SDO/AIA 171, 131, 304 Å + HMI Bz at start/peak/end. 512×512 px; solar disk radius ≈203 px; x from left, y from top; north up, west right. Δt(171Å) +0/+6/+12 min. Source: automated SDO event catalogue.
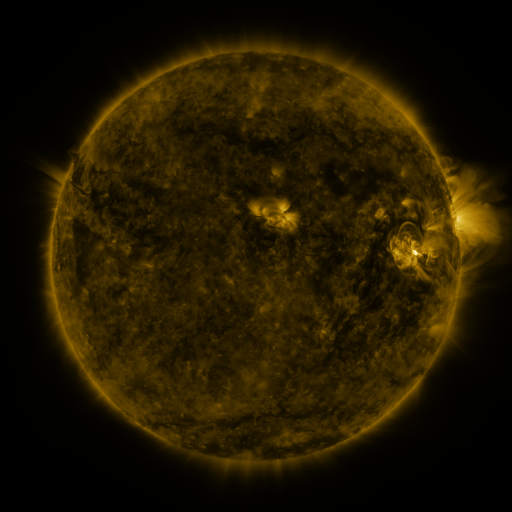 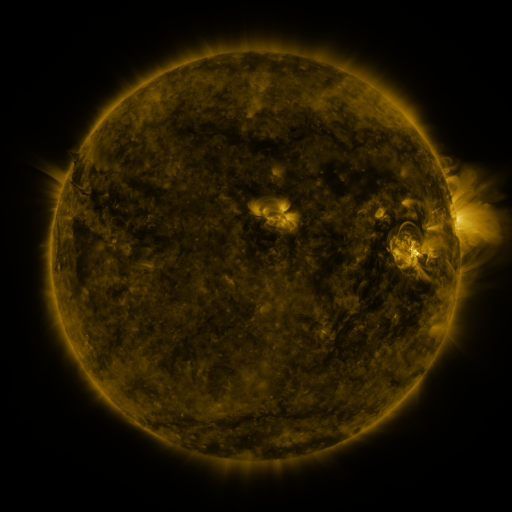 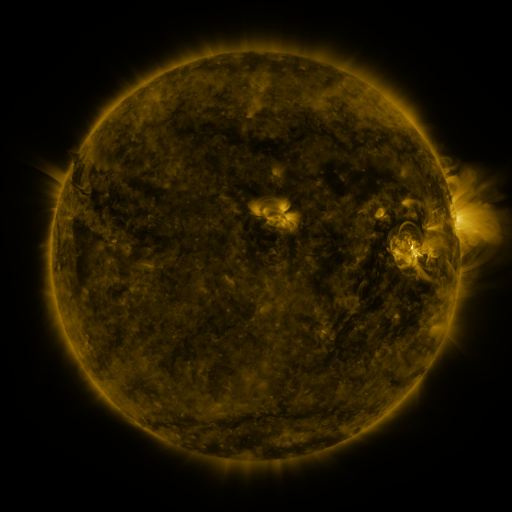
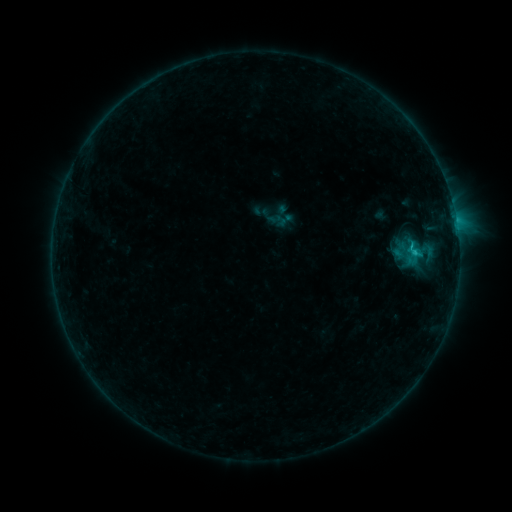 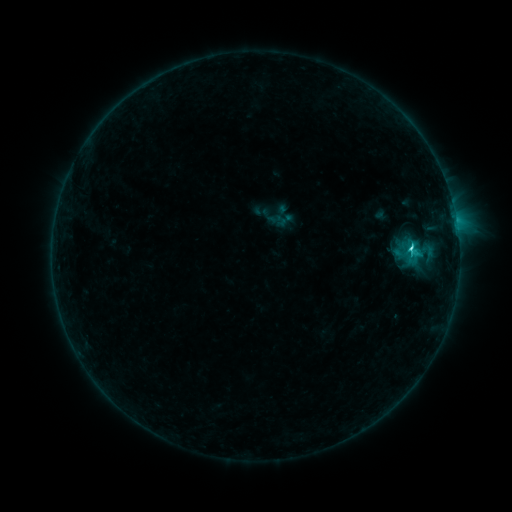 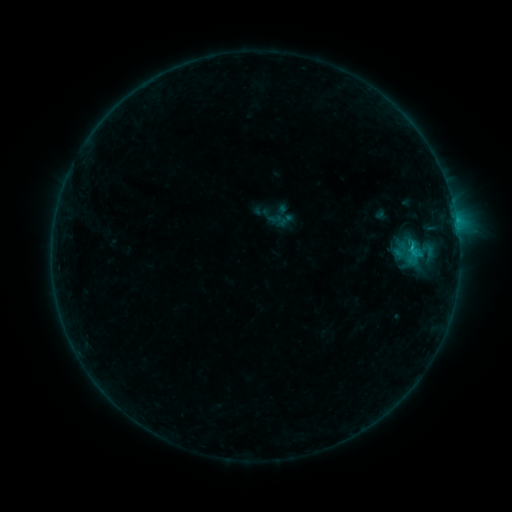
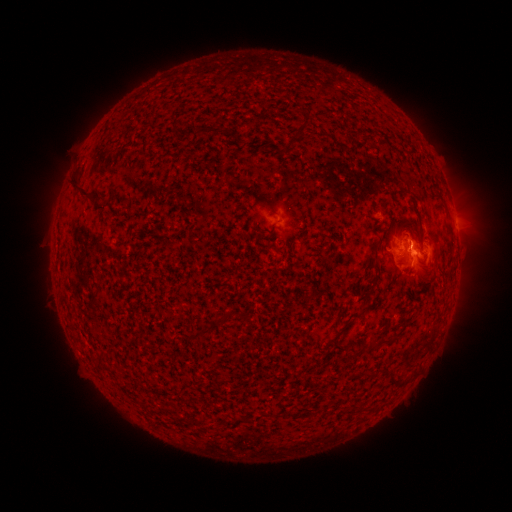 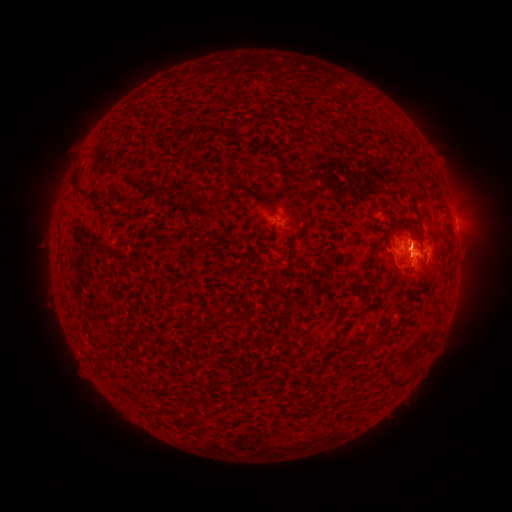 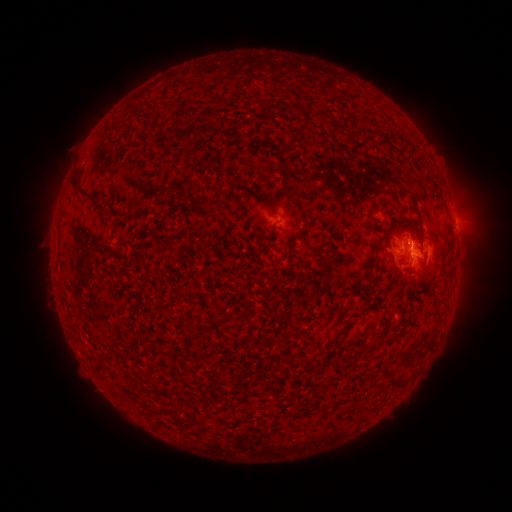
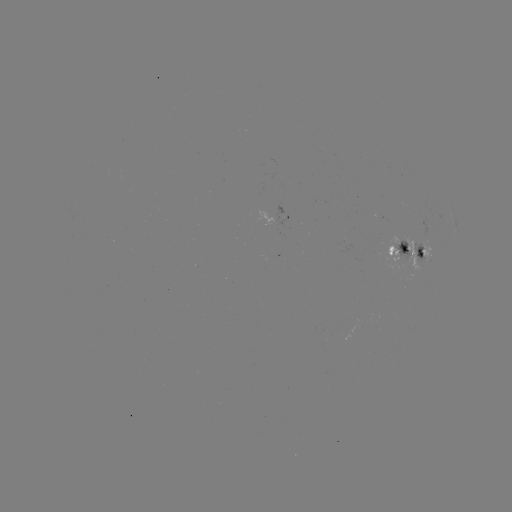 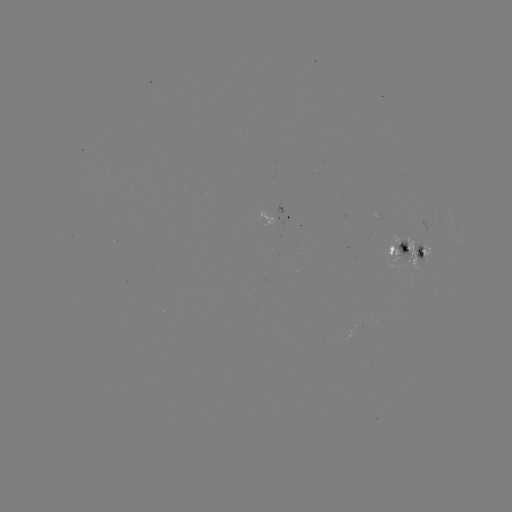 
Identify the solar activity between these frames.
C2.2 flare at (409, 249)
